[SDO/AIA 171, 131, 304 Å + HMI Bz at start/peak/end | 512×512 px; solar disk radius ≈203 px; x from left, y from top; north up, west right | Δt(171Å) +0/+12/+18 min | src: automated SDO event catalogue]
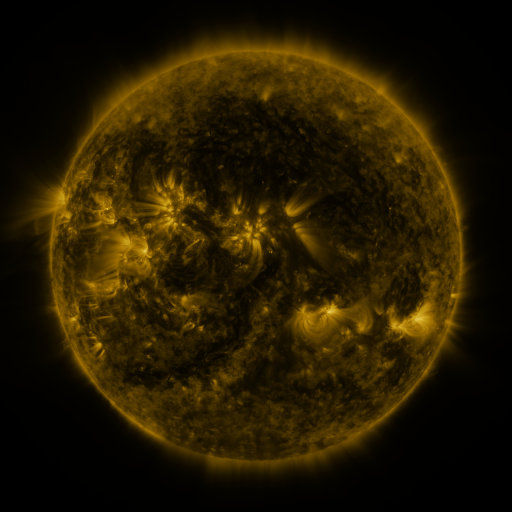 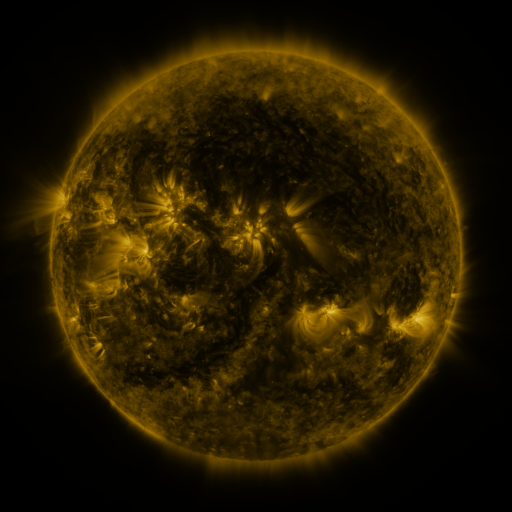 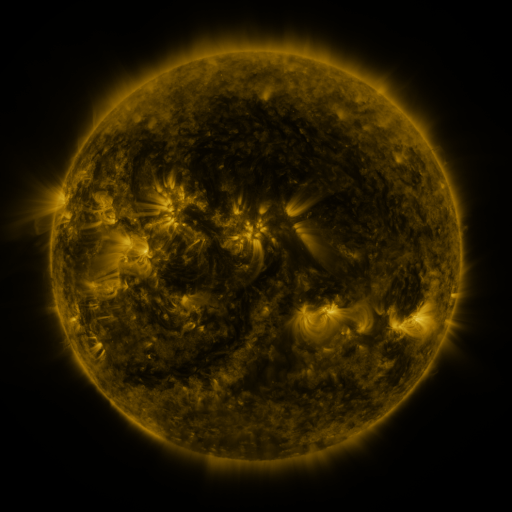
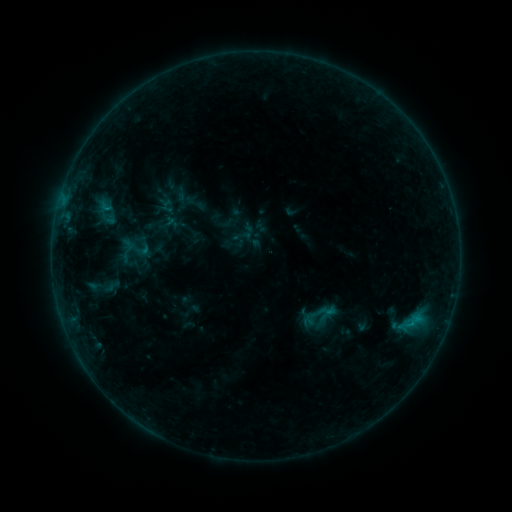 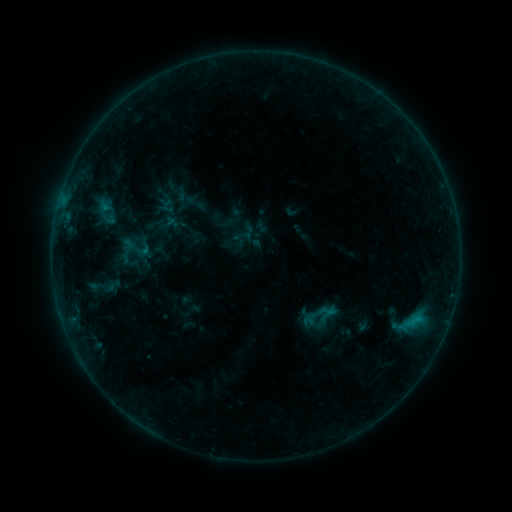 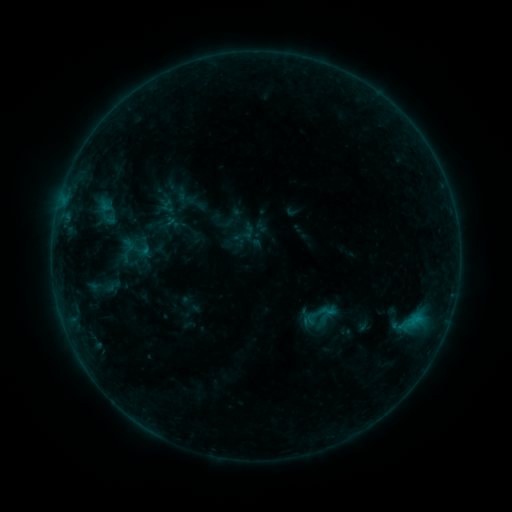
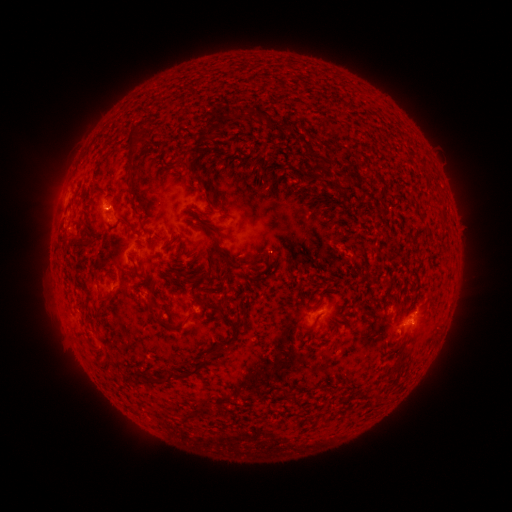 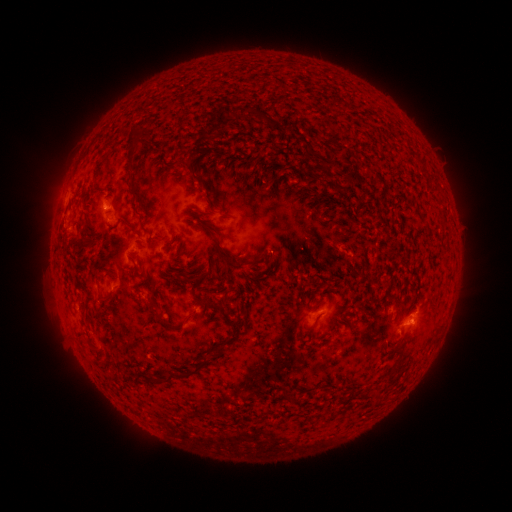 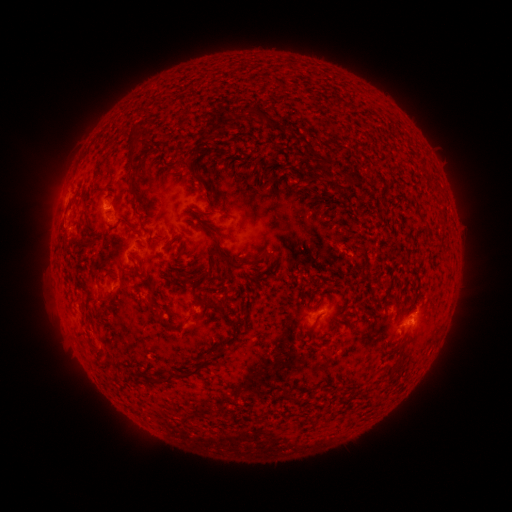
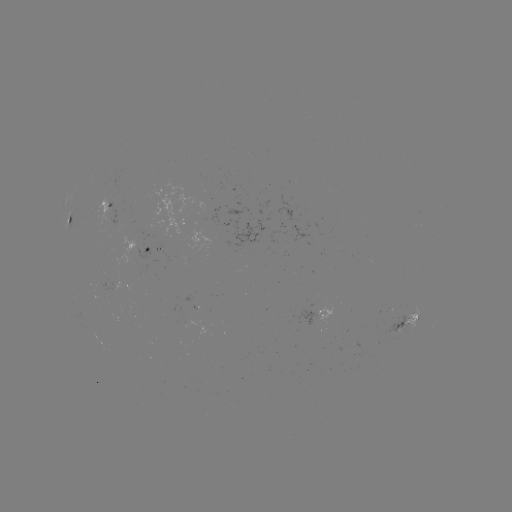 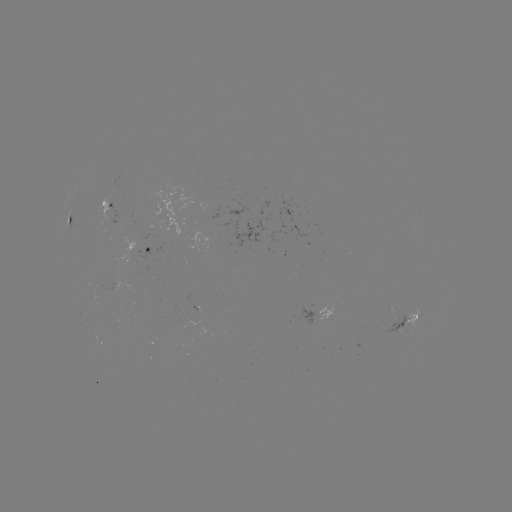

no classed flare was catalogued and no EUV brightening was flagged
